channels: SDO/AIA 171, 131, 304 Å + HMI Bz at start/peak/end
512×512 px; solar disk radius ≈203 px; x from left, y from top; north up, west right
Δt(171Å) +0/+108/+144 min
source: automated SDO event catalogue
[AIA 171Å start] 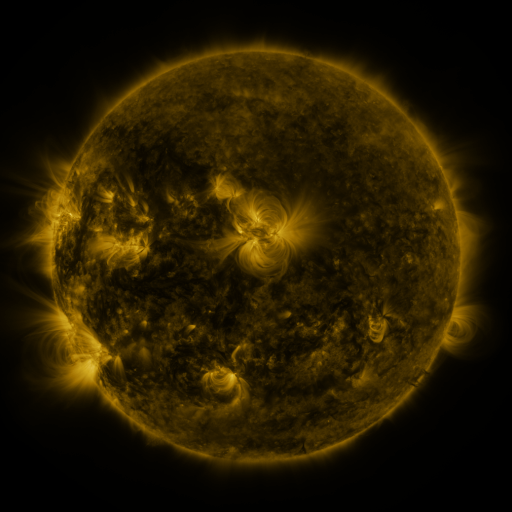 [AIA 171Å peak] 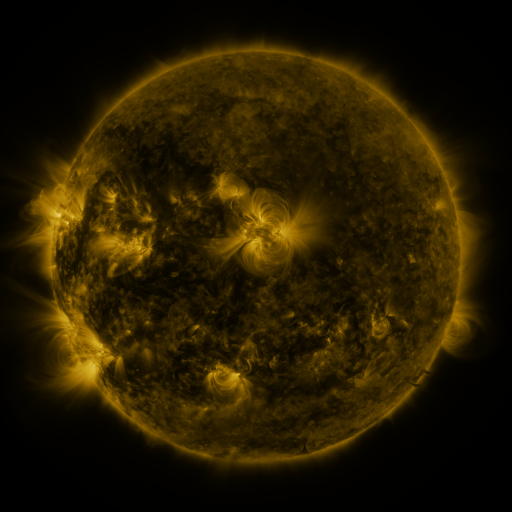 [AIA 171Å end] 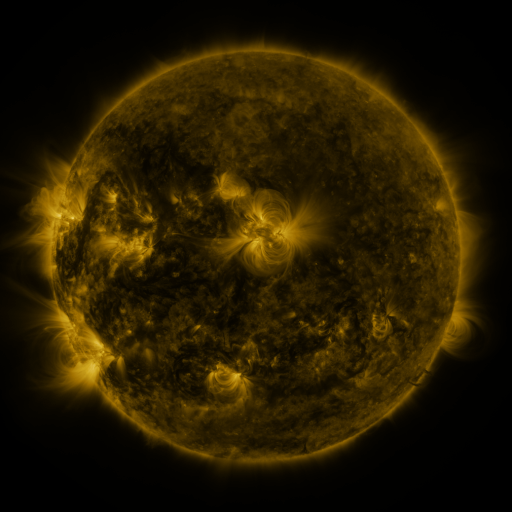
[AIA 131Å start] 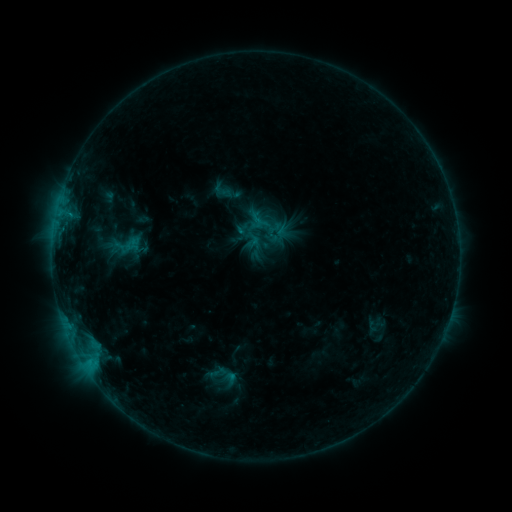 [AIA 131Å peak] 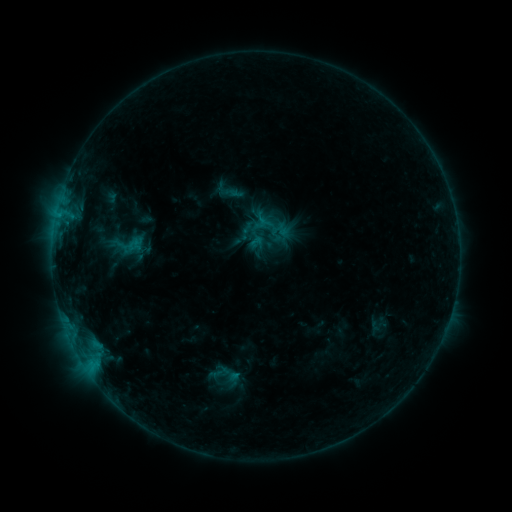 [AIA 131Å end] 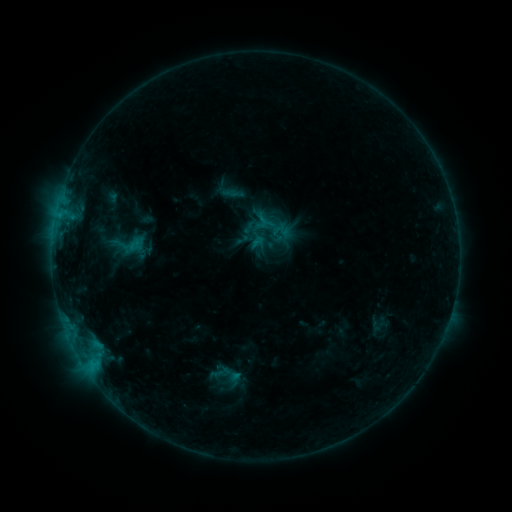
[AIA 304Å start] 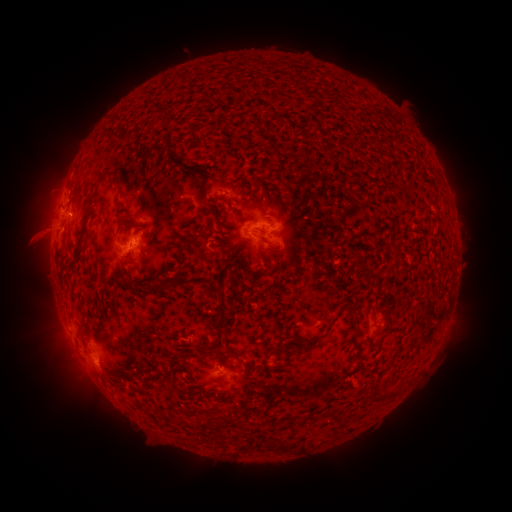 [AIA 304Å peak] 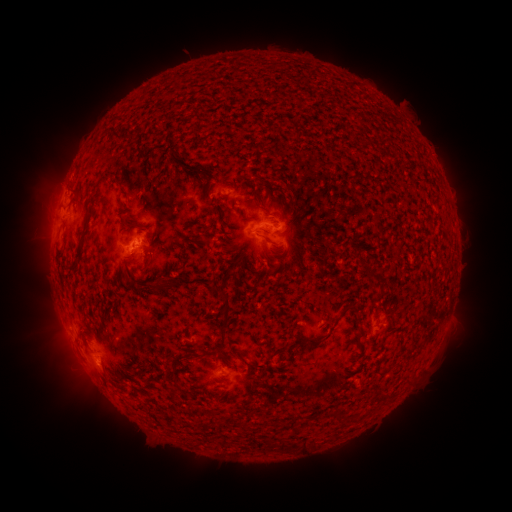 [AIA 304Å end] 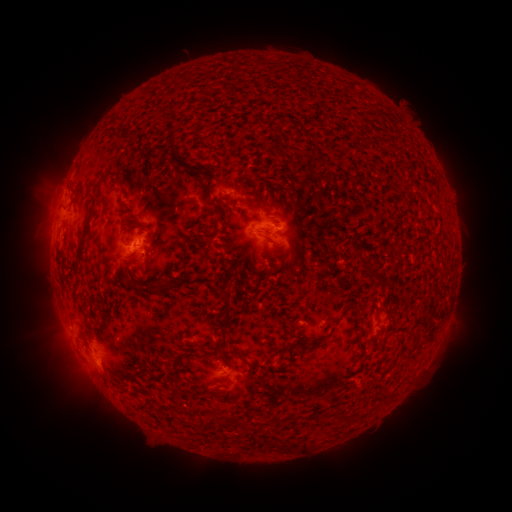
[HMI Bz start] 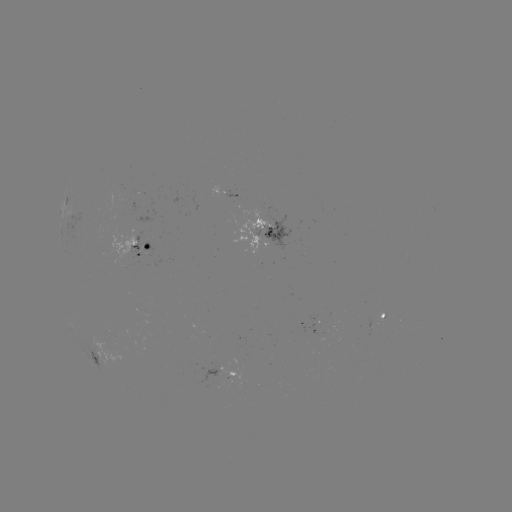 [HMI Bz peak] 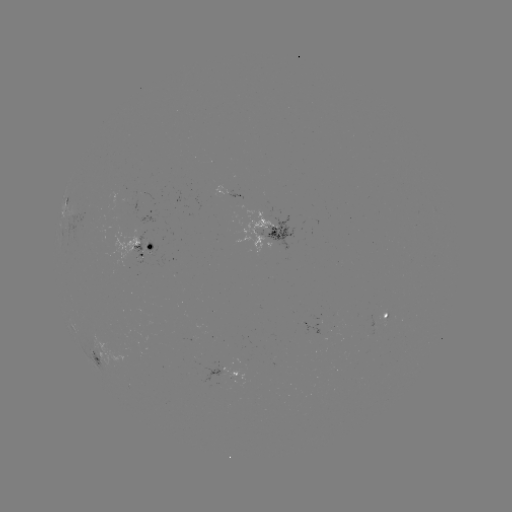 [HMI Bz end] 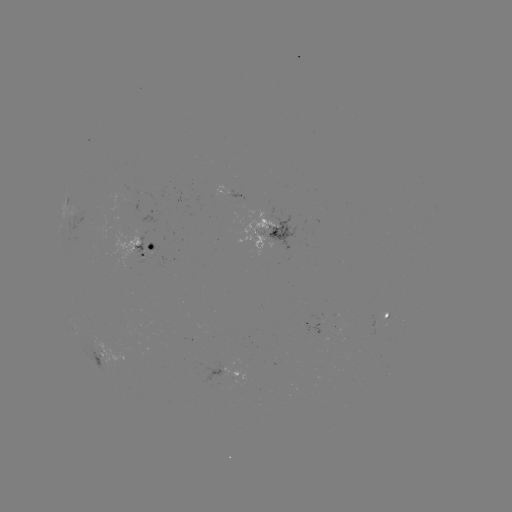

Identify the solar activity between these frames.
emerging-flux region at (146, 251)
